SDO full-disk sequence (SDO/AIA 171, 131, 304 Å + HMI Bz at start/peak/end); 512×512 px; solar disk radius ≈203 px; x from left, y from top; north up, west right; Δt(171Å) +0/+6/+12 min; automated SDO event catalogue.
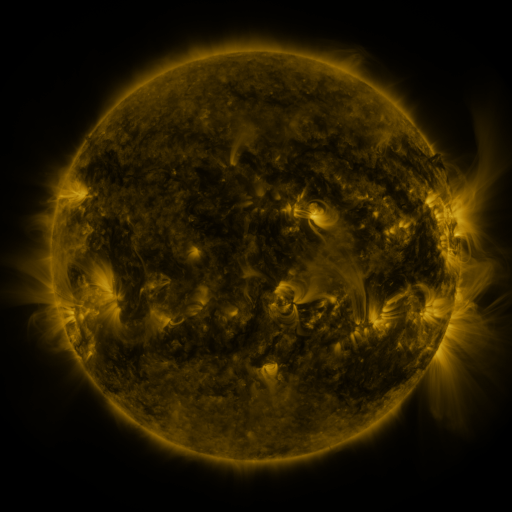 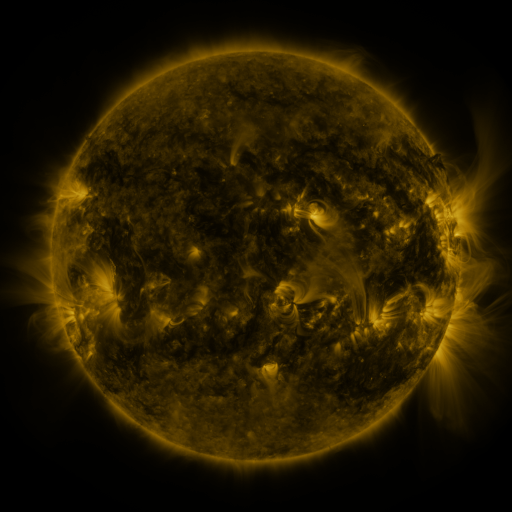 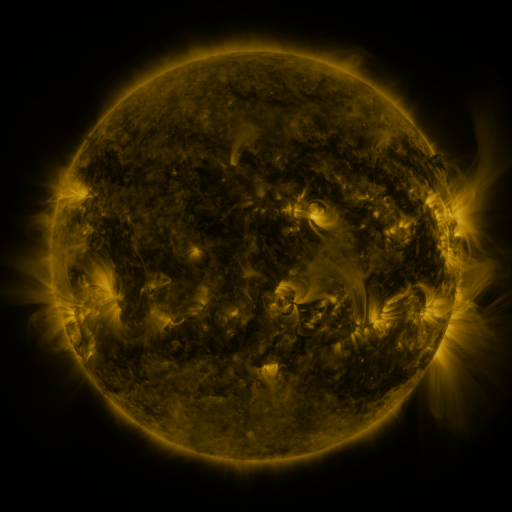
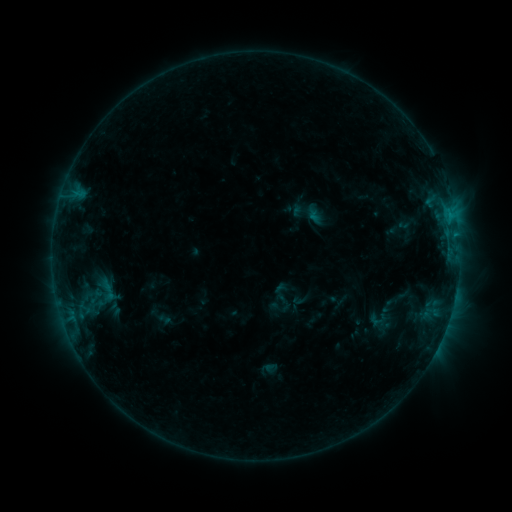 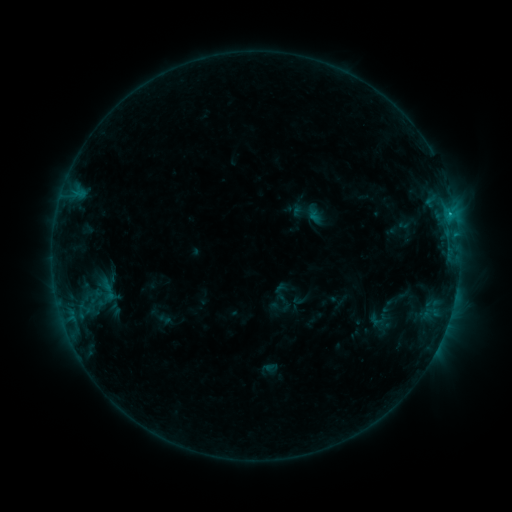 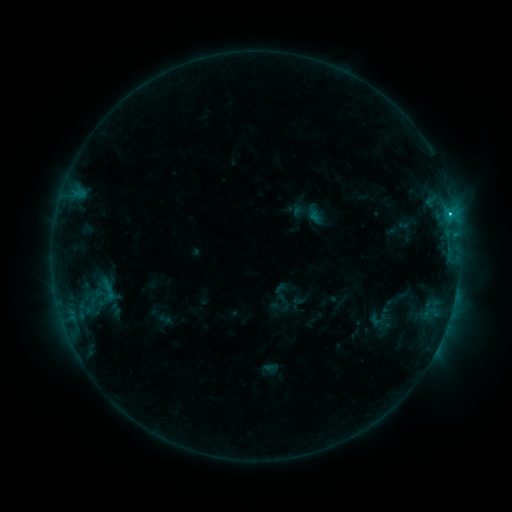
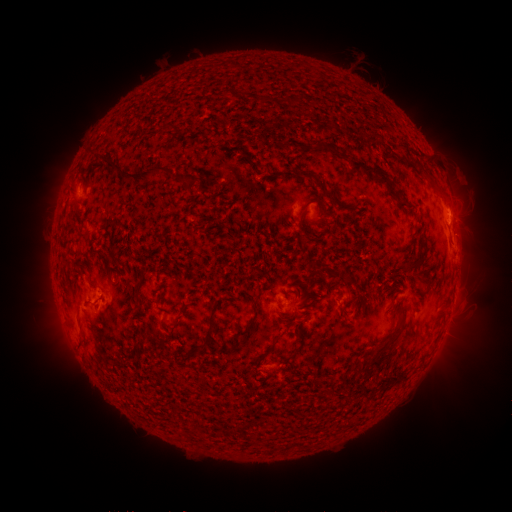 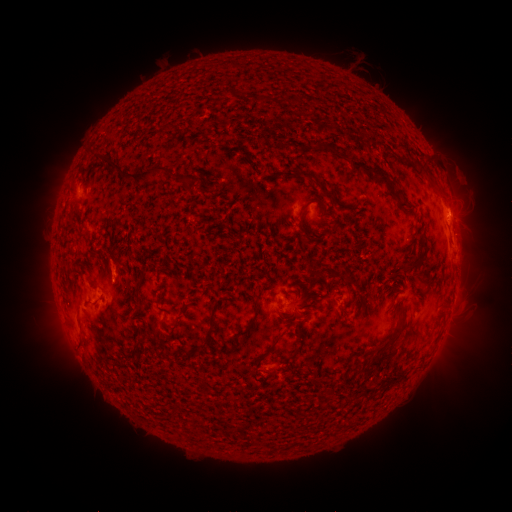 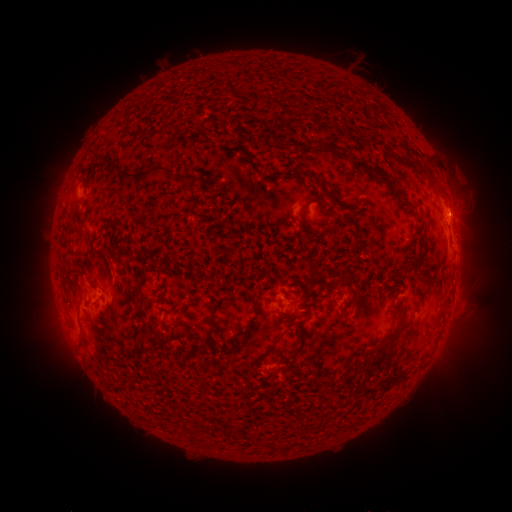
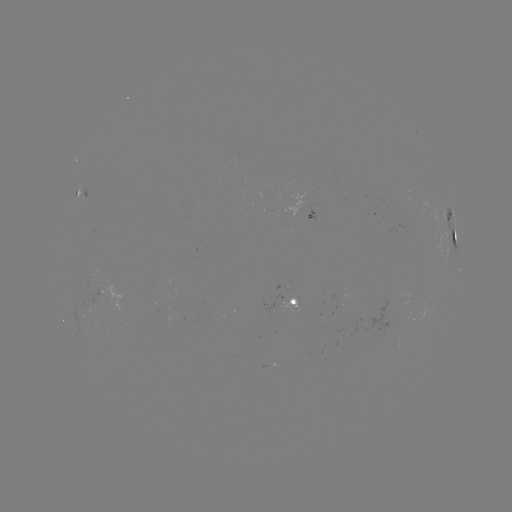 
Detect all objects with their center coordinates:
eruption: (116, 268)
